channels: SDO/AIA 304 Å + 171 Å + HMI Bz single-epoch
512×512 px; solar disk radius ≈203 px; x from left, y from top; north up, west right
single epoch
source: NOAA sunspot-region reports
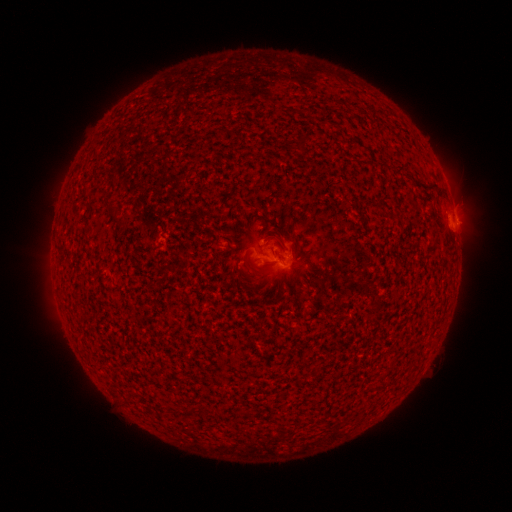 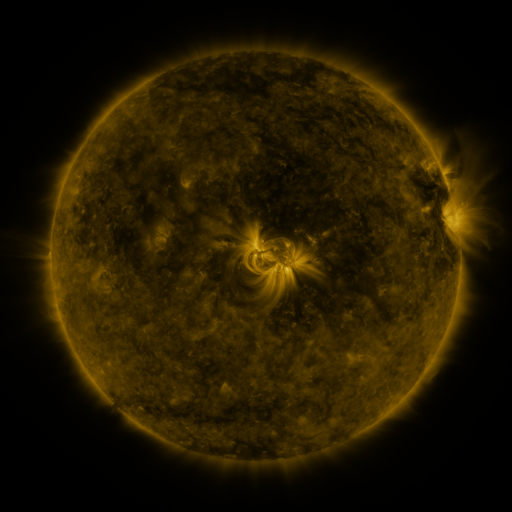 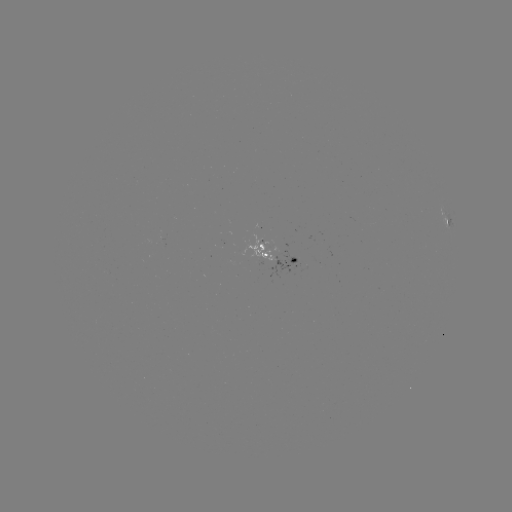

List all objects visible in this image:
spotted active region: (452, 209)
spotted active region: (280, 256)
